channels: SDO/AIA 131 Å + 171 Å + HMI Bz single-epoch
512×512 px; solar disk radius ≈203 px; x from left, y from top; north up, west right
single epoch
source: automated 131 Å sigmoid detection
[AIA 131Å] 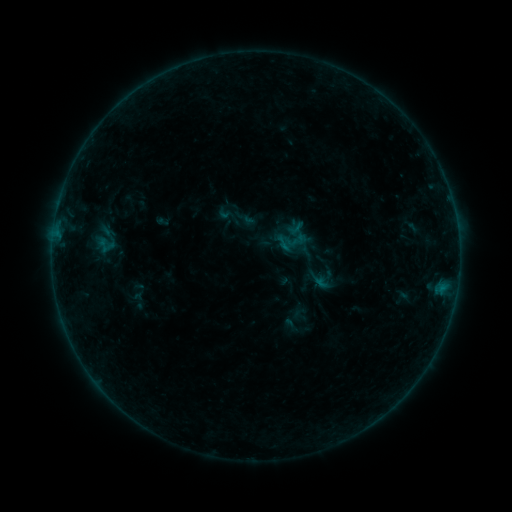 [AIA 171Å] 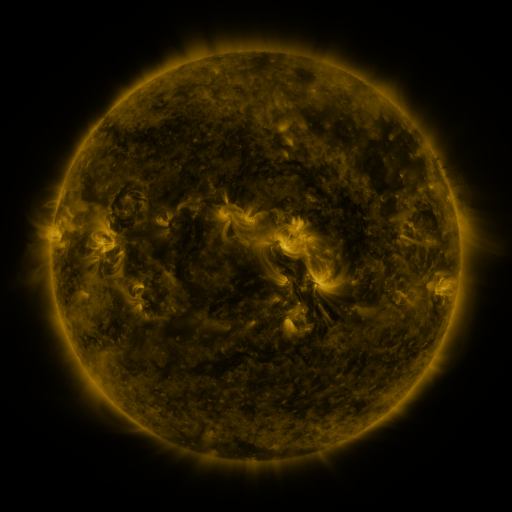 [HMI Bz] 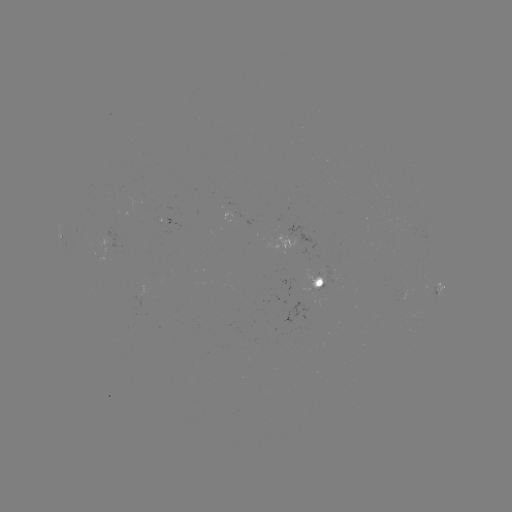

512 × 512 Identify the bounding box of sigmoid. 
[216, 204, 234, 222].